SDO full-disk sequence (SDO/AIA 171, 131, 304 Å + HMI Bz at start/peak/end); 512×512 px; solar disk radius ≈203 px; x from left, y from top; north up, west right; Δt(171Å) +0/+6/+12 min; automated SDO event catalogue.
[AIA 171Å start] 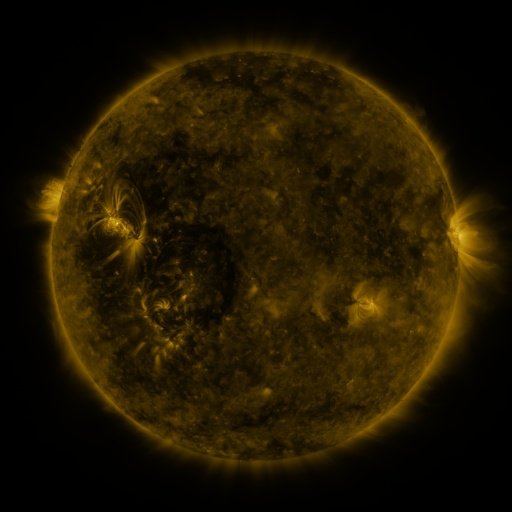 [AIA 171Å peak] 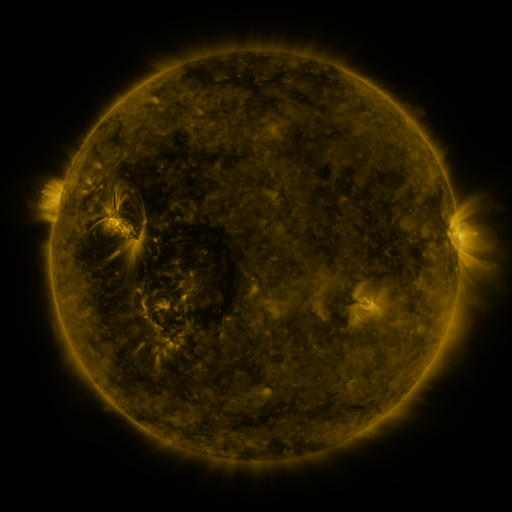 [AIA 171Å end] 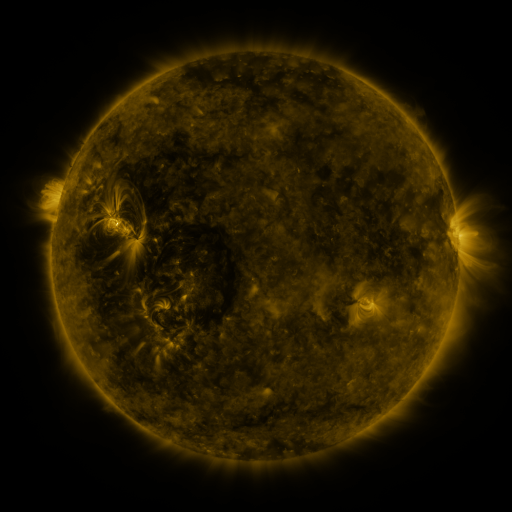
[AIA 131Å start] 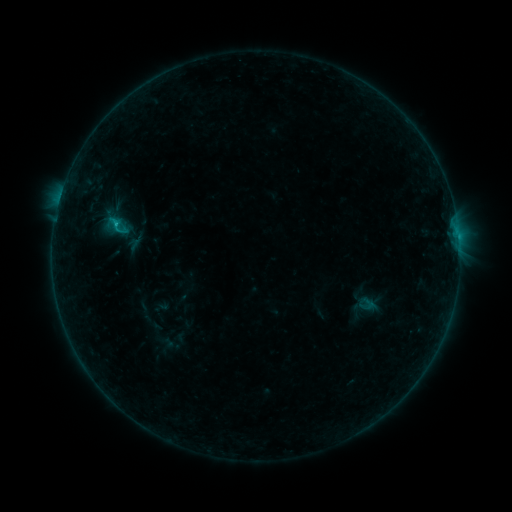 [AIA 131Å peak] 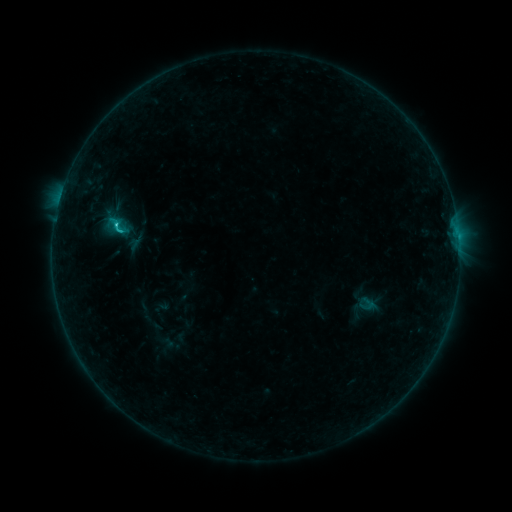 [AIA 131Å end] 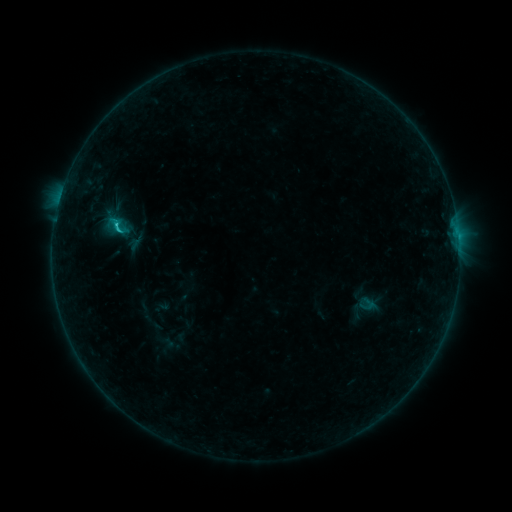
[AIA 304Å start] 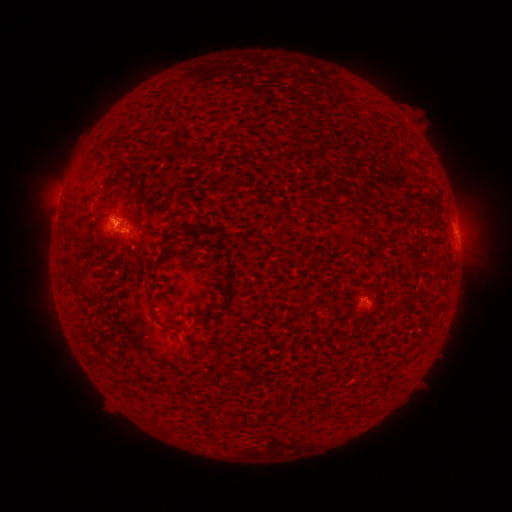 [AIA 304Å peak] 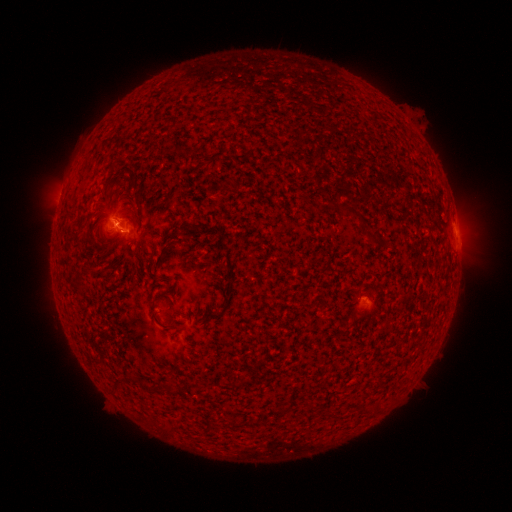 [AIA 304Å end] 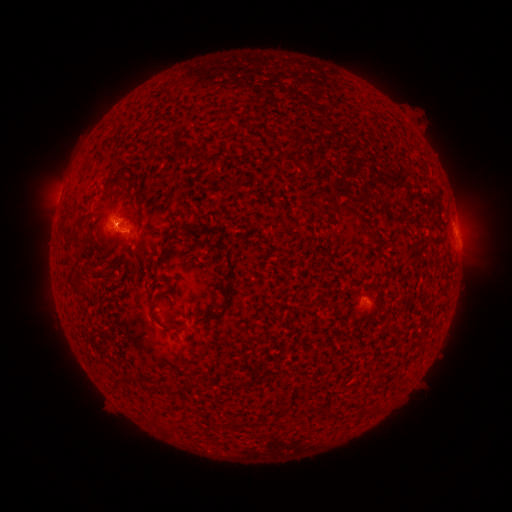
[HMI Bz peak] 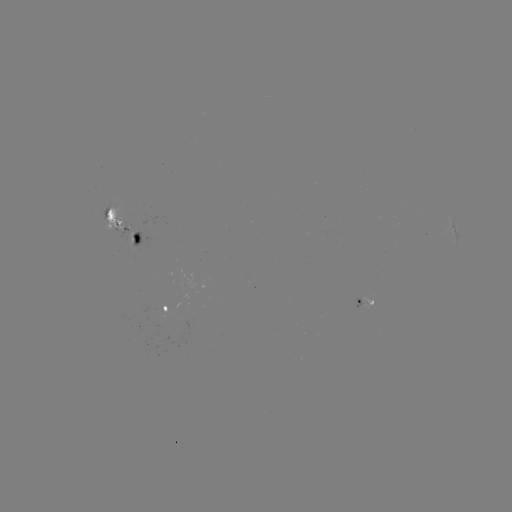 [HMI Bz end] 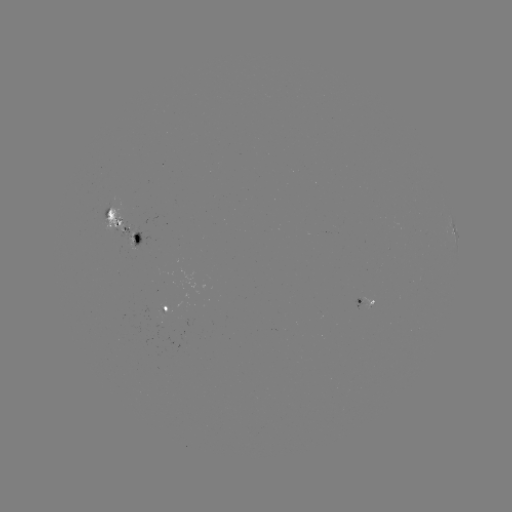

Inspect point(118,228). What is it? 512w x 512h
C1.2 flare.